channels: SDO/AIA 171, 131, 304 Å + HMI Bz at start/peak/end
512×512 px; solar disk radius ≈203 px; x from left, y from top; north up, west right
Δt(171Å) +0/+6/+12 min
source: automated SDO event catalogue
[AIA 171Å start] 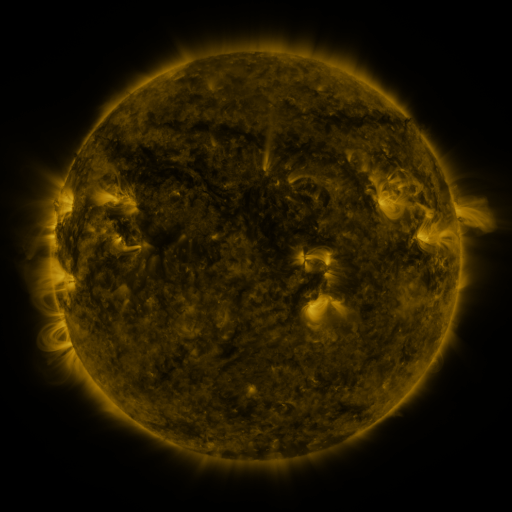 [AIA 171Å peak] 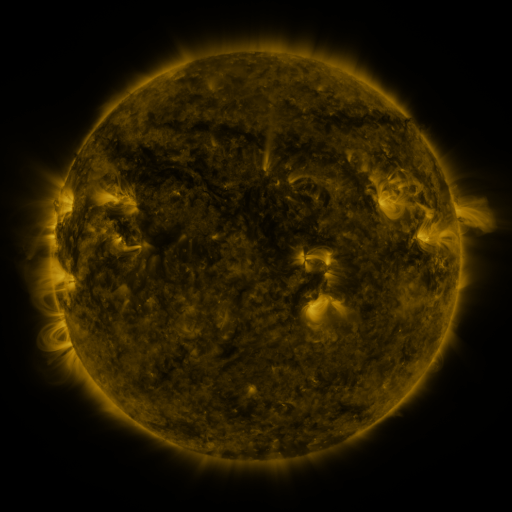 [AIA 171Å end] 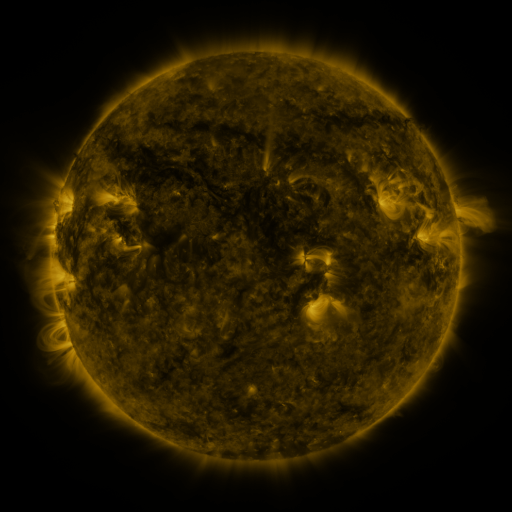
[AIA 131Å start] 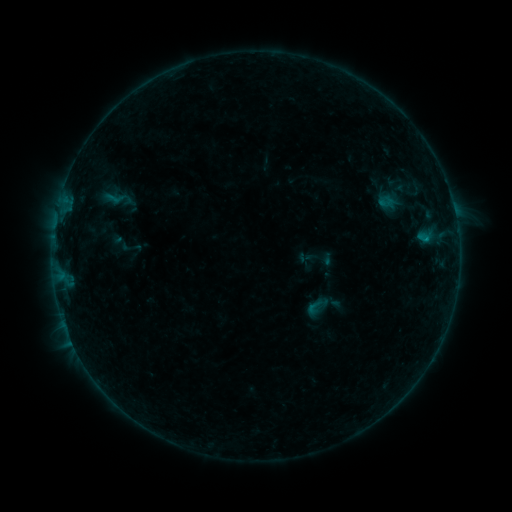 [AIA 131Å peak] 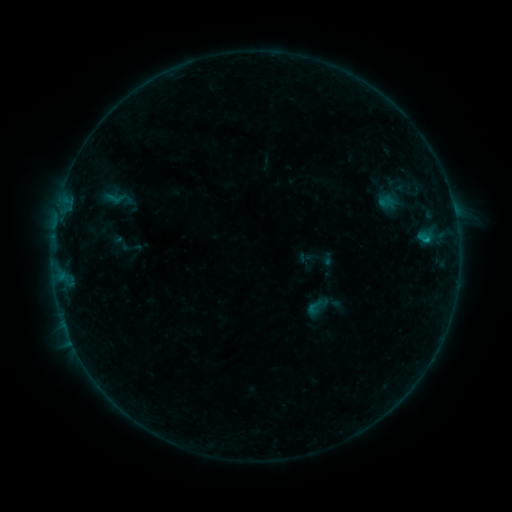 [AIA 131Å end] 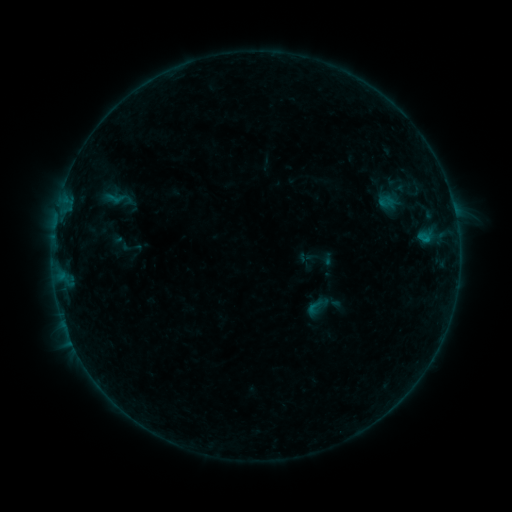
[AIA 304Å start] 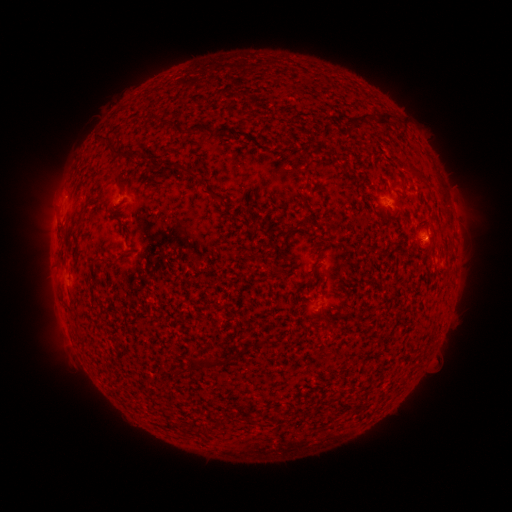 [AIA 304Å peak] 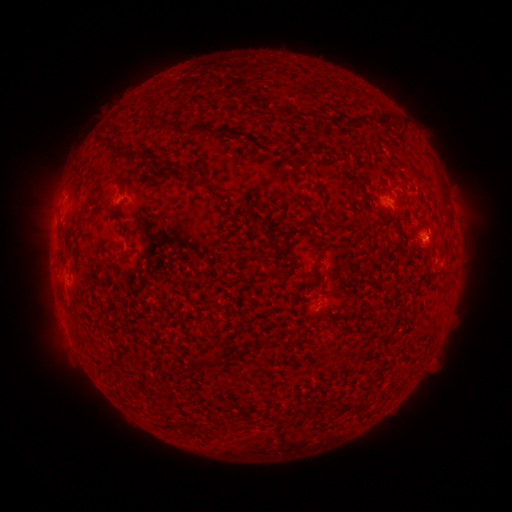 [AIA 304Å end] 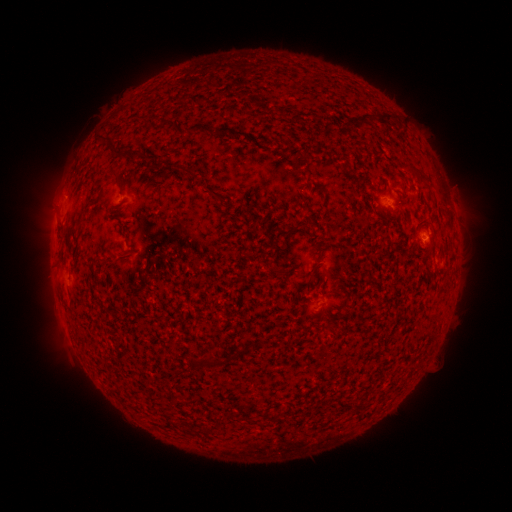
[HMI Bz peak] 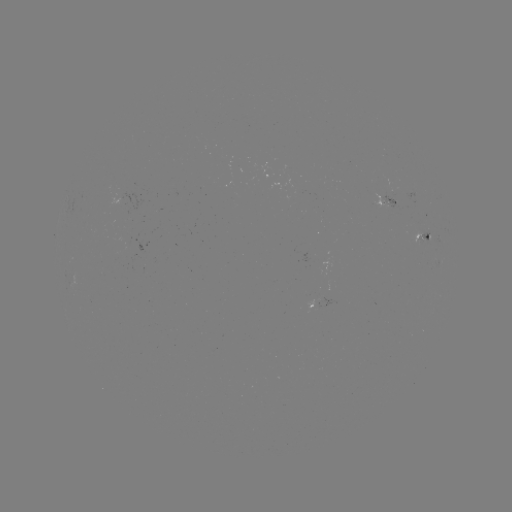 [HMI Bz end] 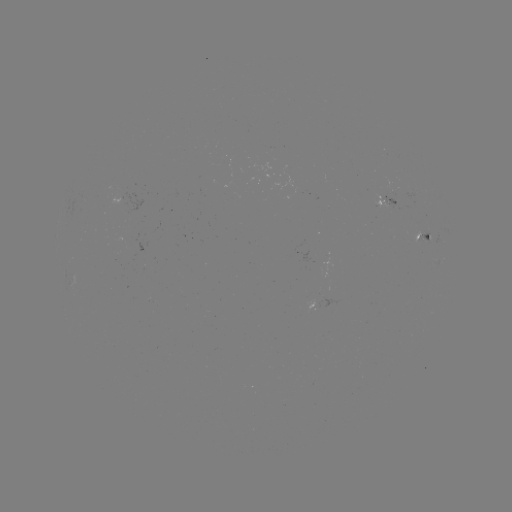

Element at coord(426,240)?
B2.9 flare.